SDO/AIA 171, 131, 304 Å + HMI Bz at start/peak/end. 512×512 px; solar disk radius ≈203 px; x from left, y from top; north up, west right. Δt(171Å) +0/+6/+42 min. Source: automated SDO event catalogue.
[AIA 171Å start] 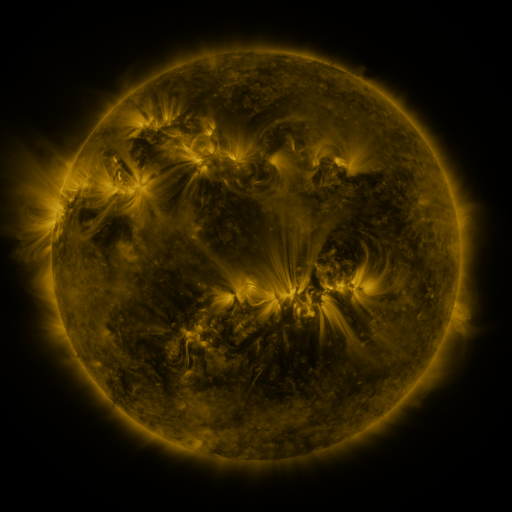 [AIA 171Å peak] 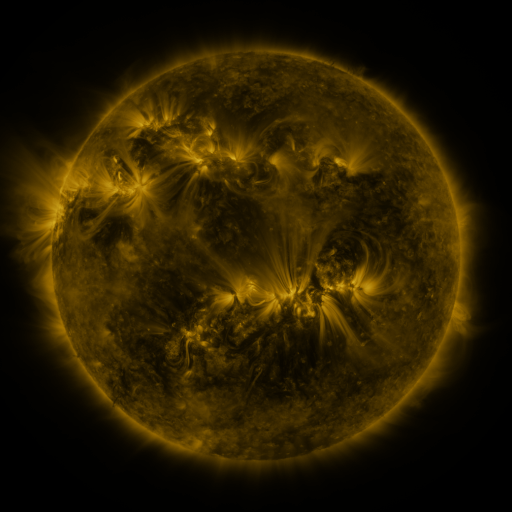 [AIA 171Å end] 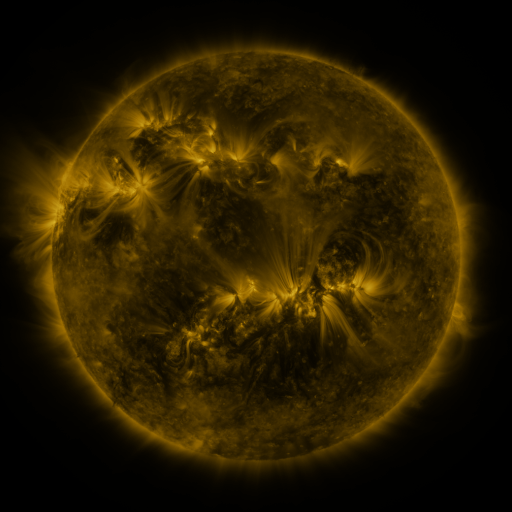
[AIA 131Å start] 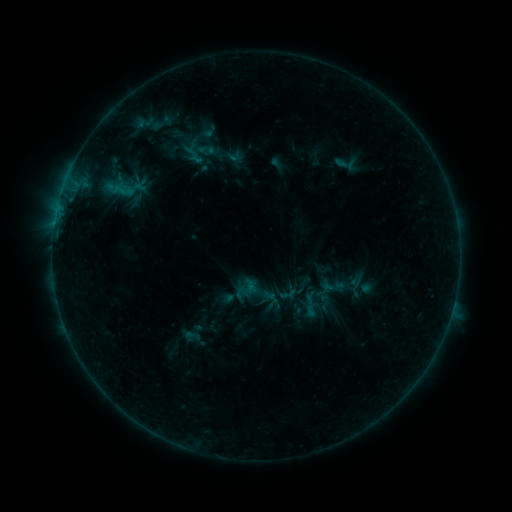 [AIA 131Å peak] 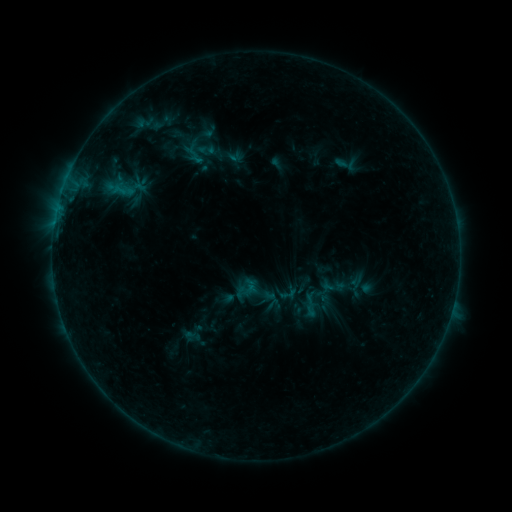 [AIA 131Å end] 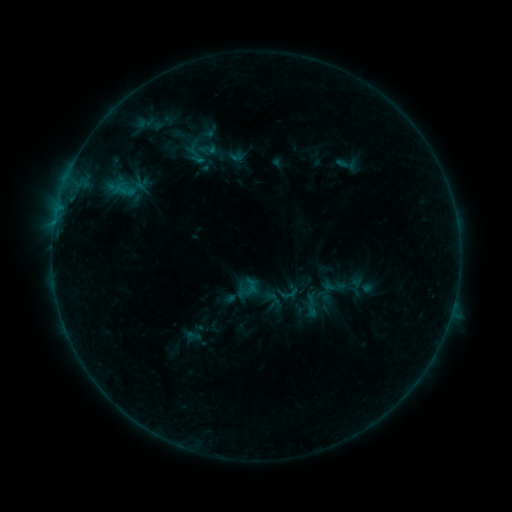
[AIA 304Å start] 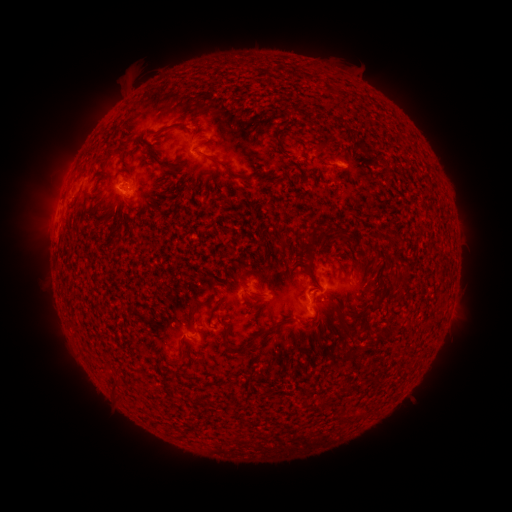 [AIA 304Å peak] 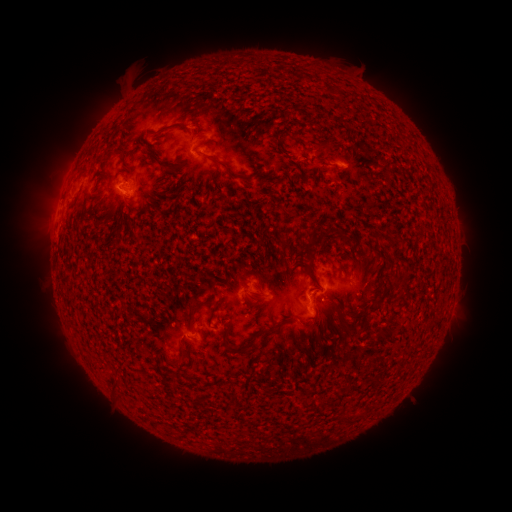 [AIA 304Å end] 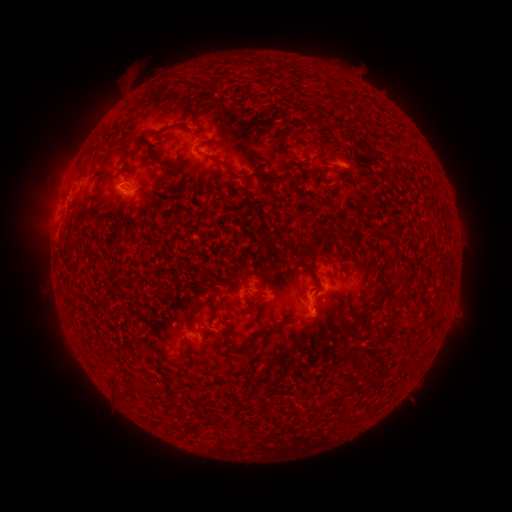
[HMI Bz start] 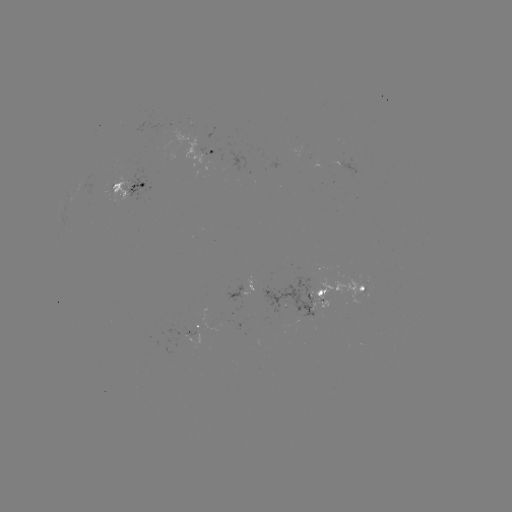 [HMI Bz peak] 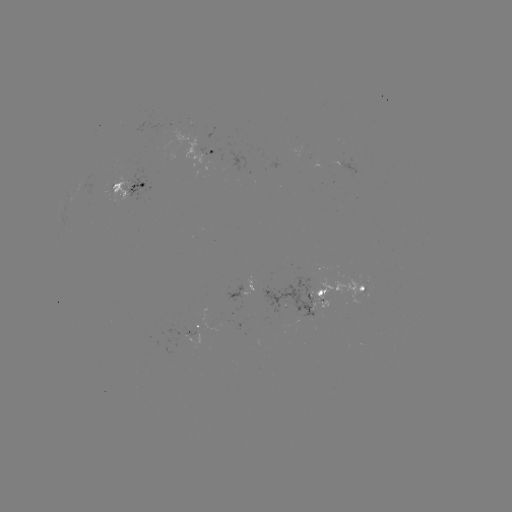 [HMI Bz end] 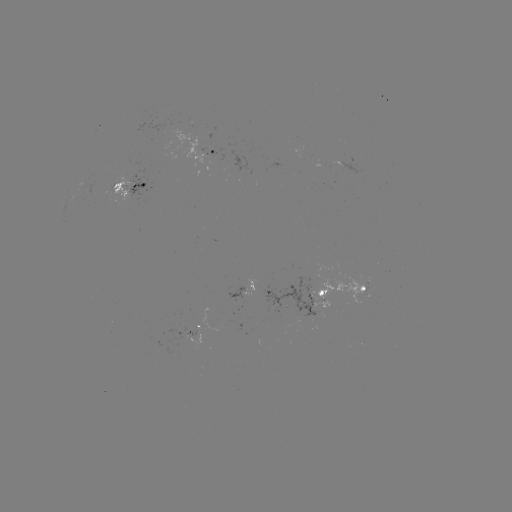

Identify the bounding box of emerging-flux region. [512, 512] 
[111, 173, 136, 200].